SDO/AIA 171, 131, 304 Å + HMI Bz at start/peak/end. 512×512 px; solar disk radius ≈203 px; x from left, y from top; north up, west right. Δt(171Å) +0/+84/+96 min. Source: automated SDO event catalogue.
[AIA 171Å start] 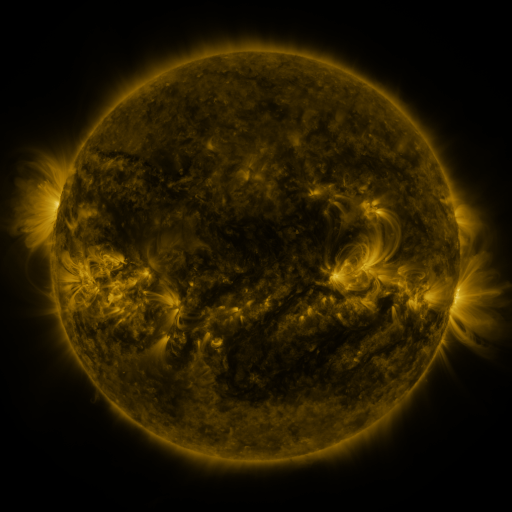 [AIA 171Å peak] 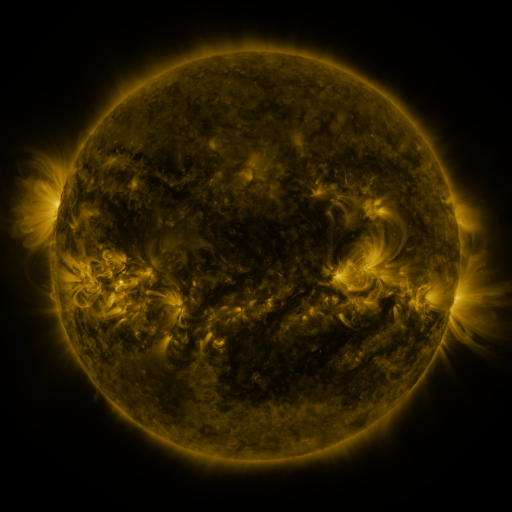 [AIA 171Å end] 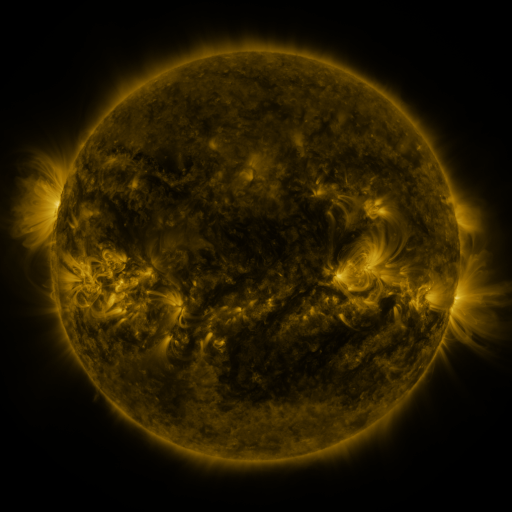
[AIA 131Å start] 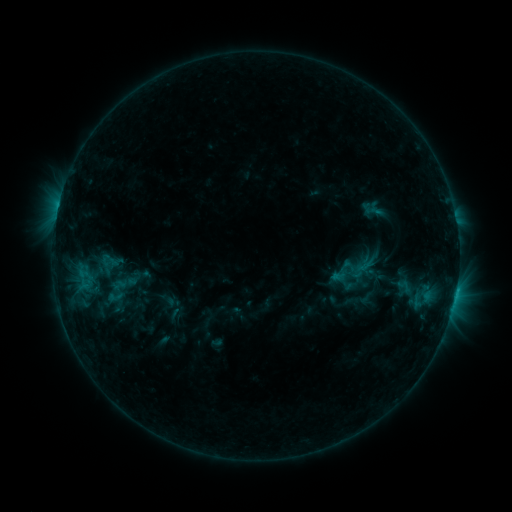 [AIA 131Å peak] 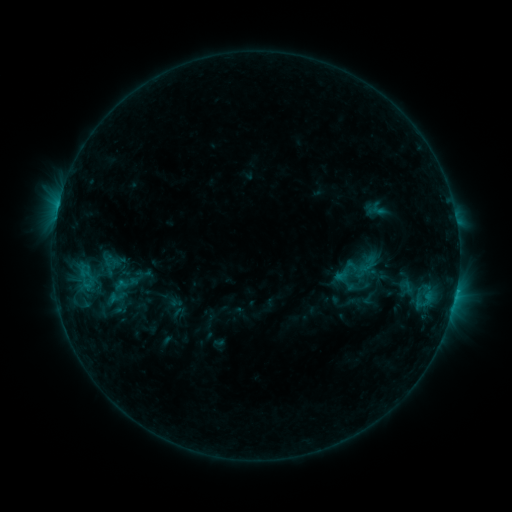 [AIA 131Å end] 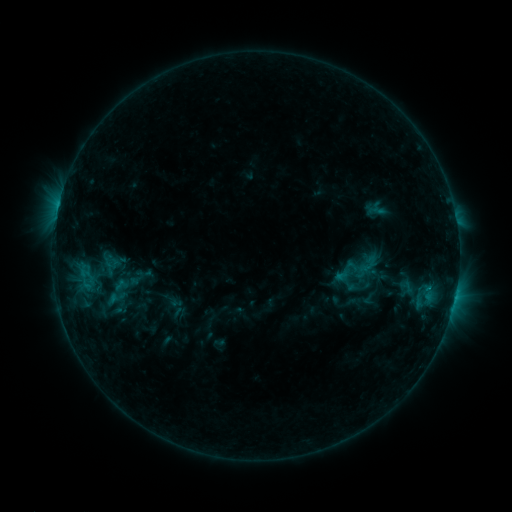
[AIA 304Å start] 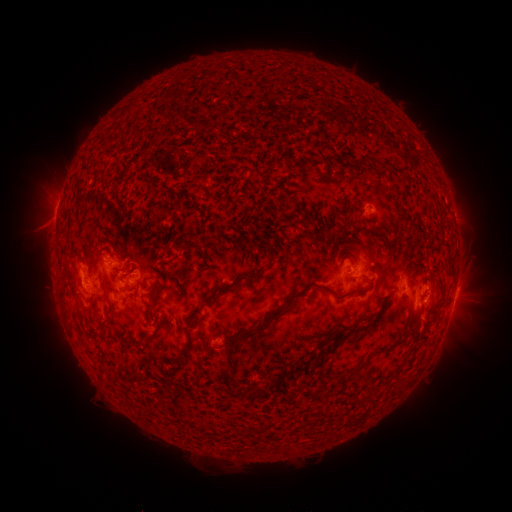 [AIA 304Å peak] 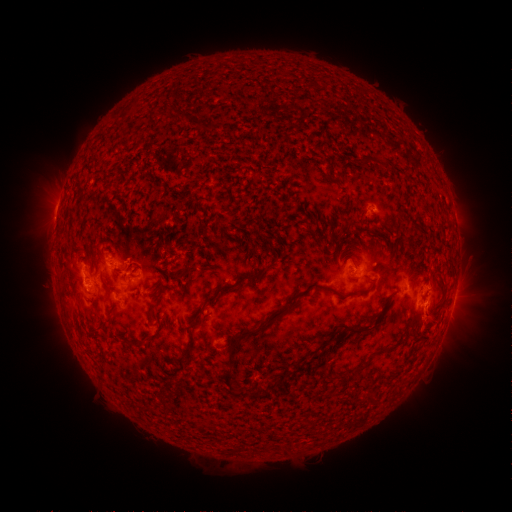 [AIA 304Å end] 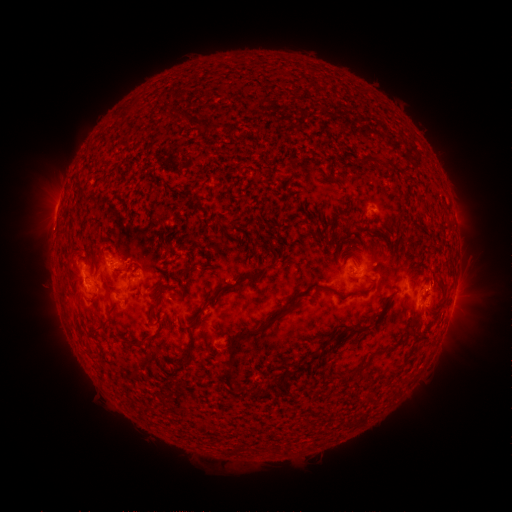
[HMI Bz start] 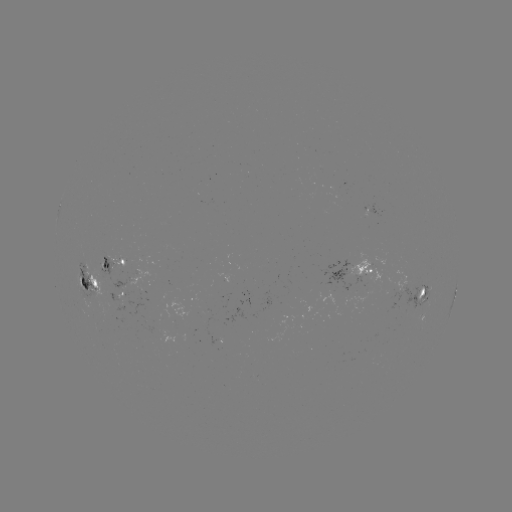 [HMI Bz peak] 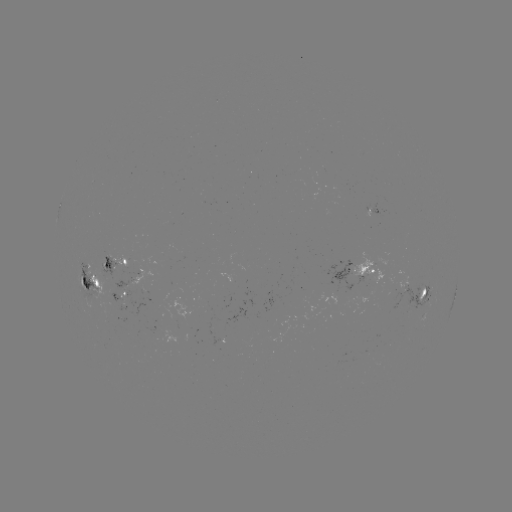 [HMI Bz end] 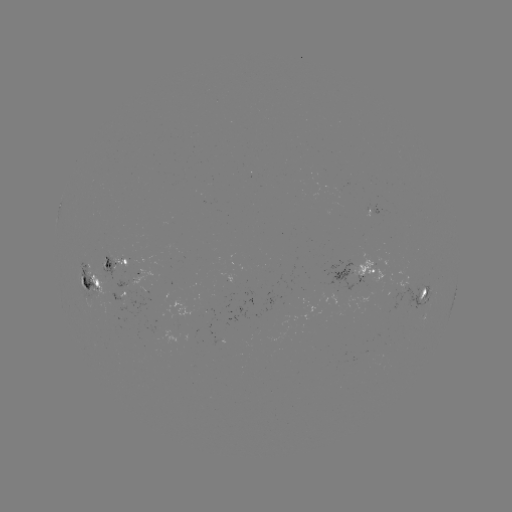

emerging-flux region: (317, 288, 337, 305)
